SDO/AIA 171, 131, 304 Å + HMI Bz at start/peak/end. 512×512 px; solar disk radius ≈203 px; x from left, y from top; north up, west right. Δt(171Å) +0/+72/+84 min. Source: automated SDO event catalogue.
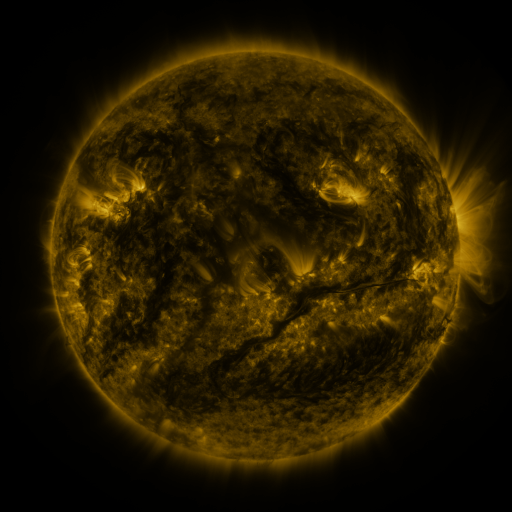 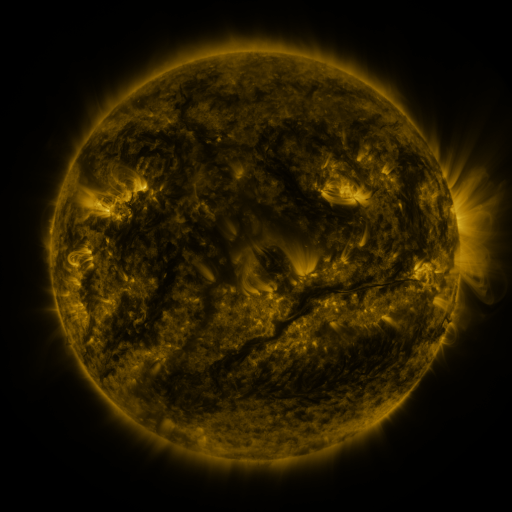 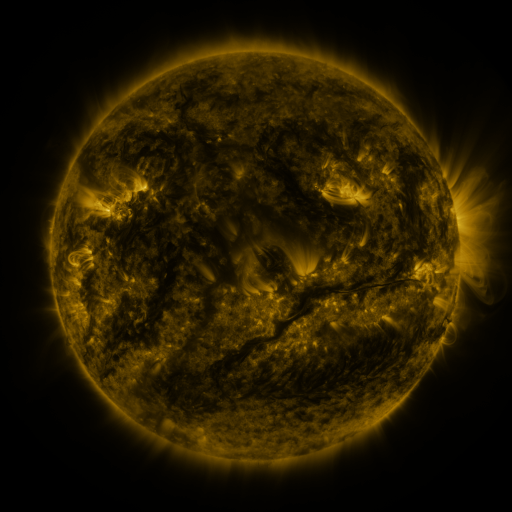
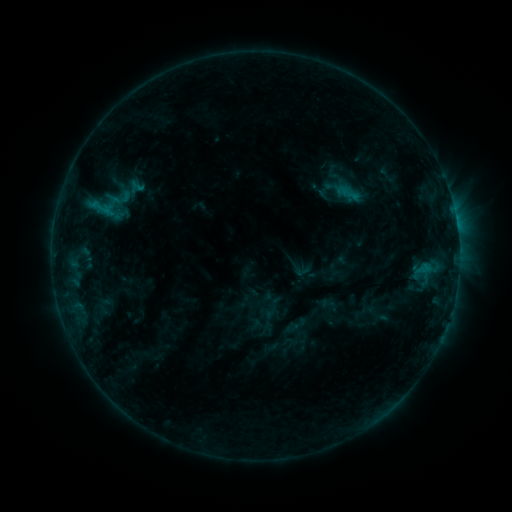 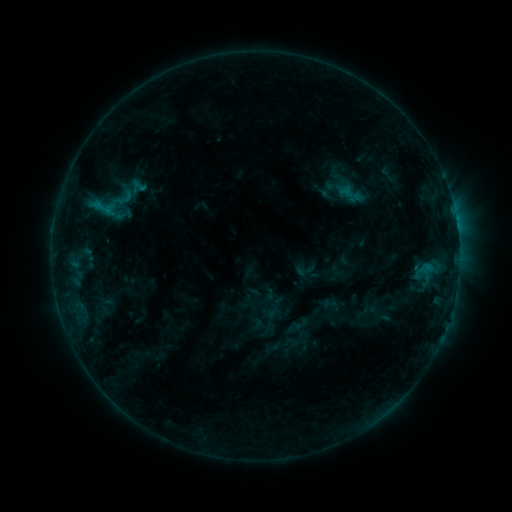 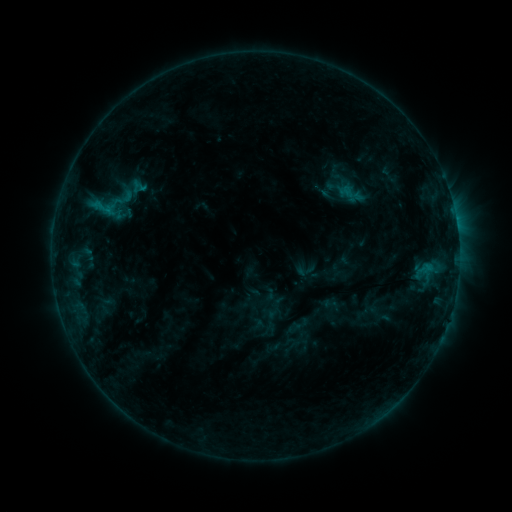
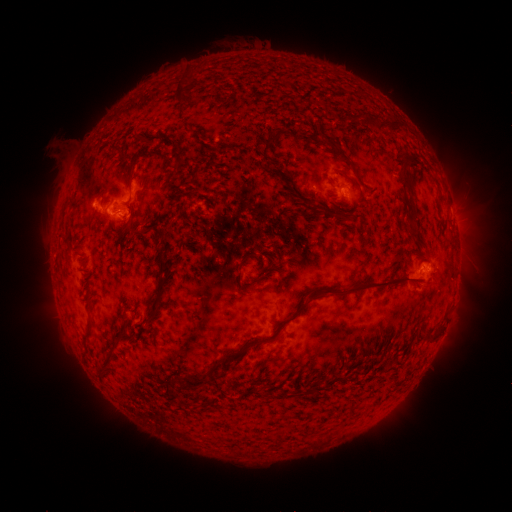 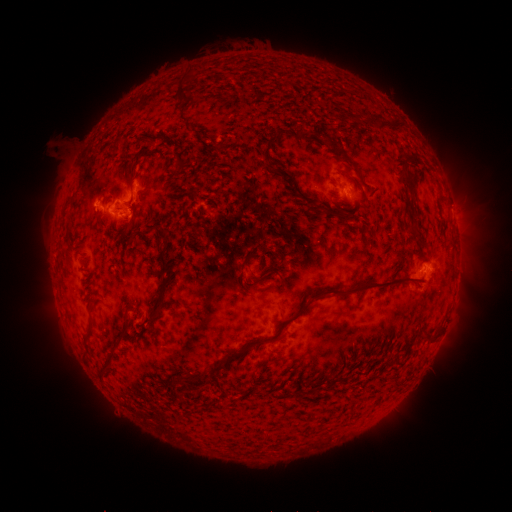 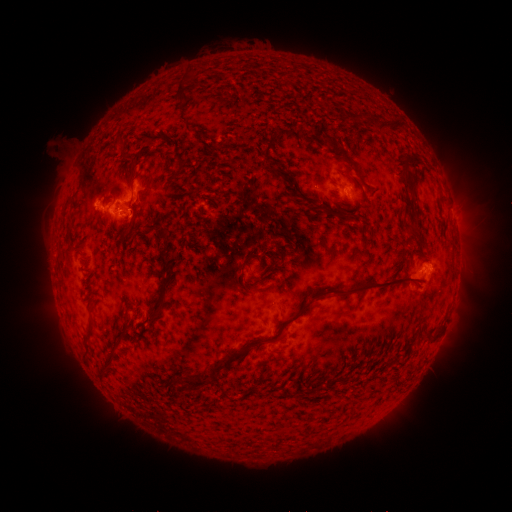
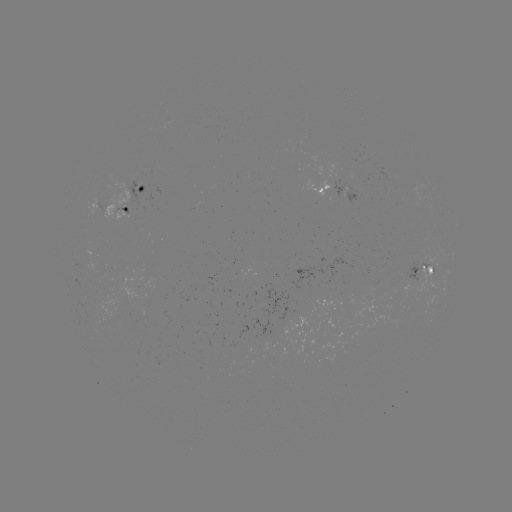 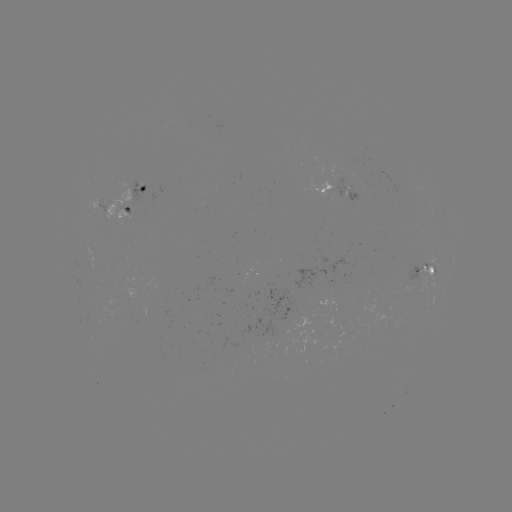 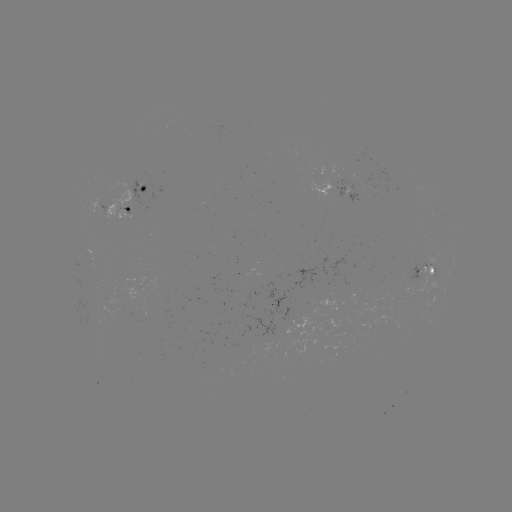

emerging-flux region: [287, 318, 311, 332]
